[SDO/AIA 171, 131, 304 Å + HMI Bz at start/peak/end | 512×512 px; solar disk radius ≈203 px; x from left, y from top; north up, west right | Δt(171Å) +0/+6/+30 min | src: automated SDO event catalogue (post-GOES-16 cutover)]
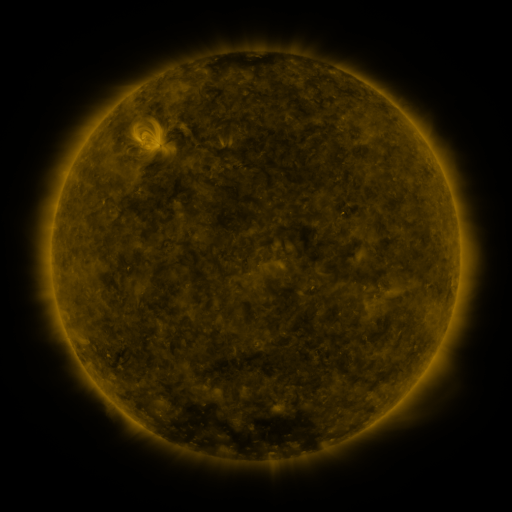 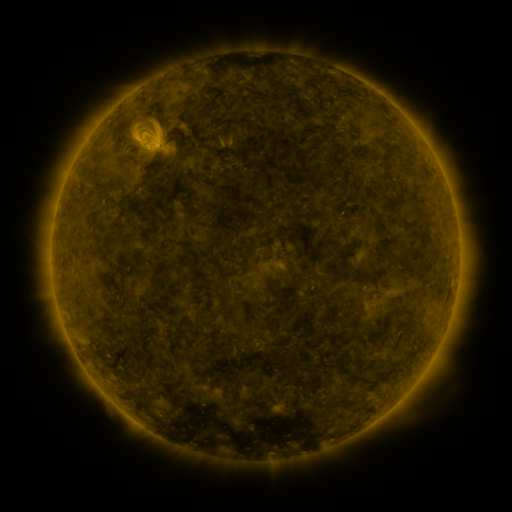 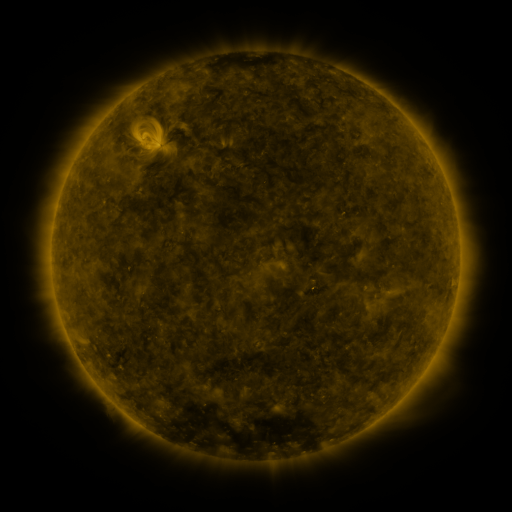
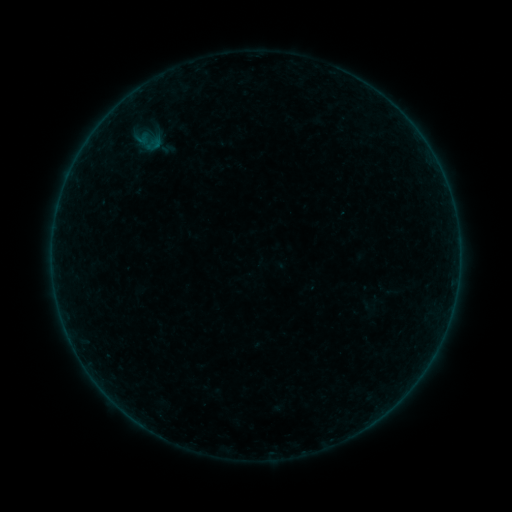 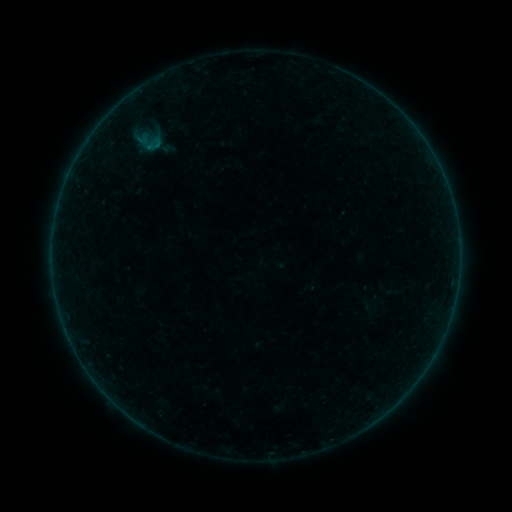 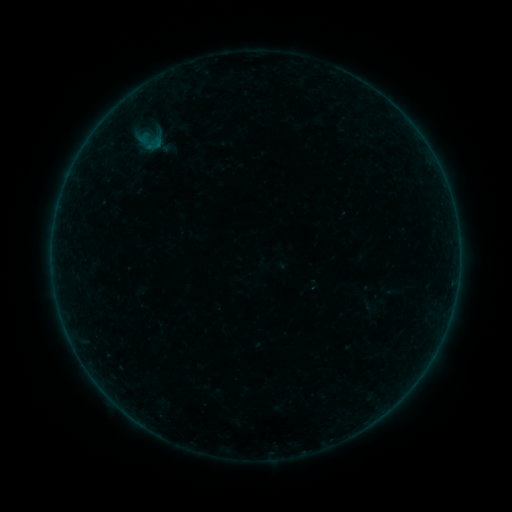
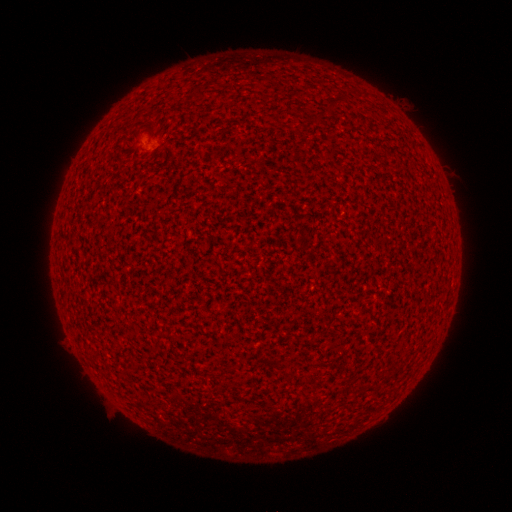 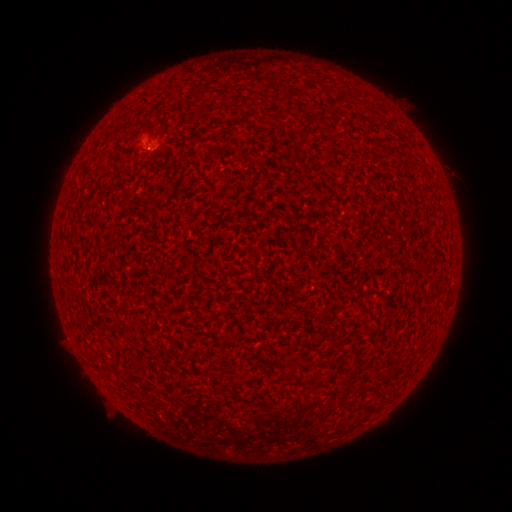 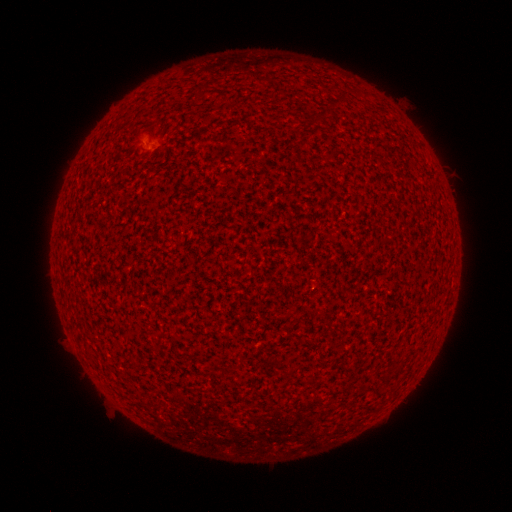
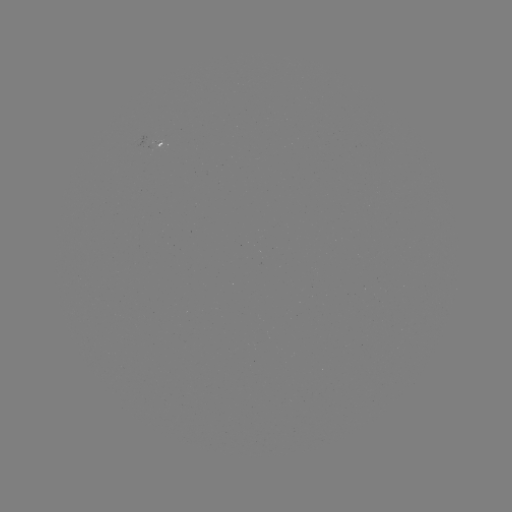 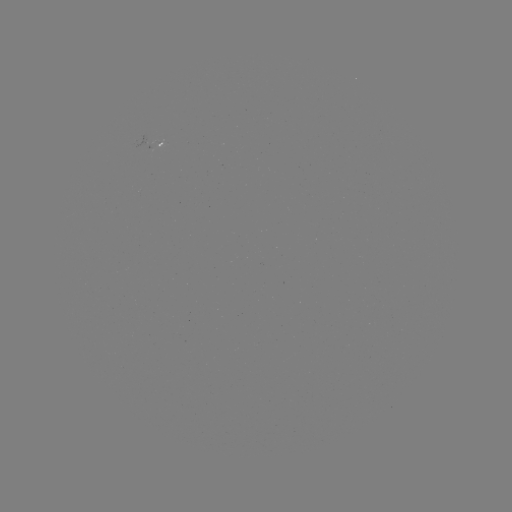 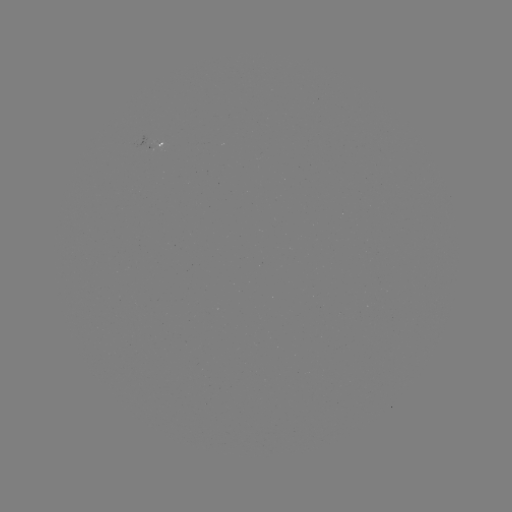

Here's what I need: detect A6.1 flare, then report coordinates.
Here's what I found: A6.1 flare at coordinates (151, 147).